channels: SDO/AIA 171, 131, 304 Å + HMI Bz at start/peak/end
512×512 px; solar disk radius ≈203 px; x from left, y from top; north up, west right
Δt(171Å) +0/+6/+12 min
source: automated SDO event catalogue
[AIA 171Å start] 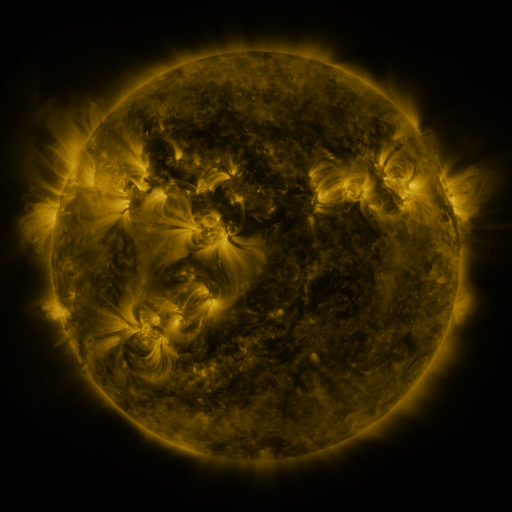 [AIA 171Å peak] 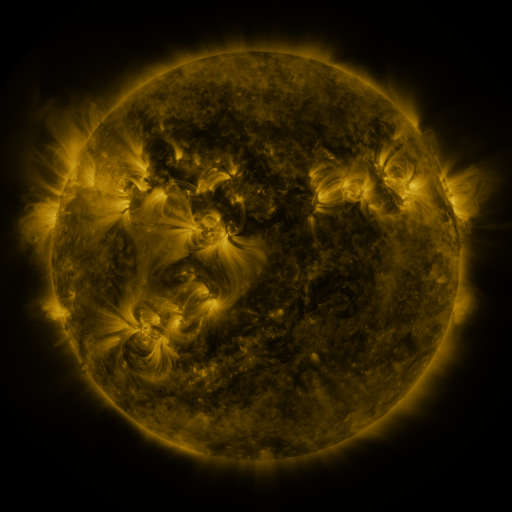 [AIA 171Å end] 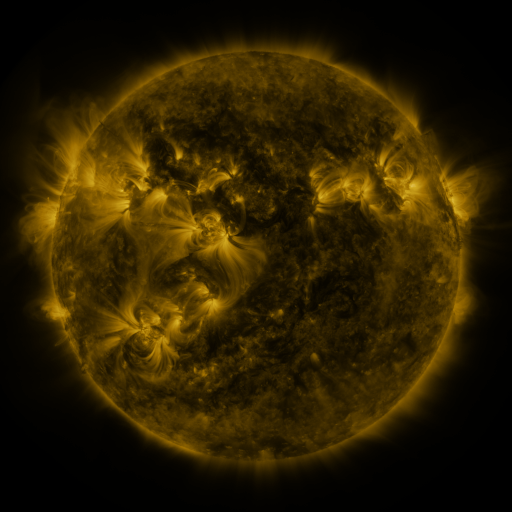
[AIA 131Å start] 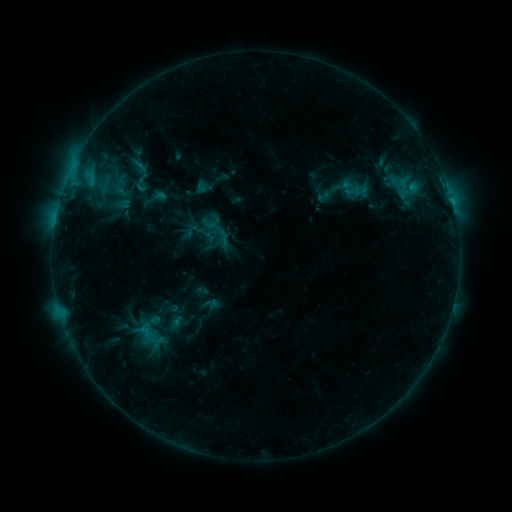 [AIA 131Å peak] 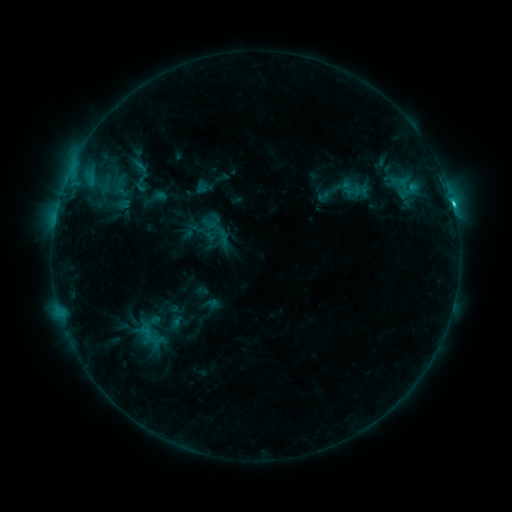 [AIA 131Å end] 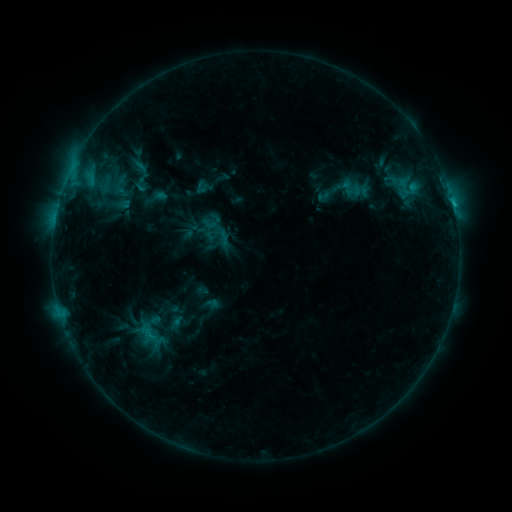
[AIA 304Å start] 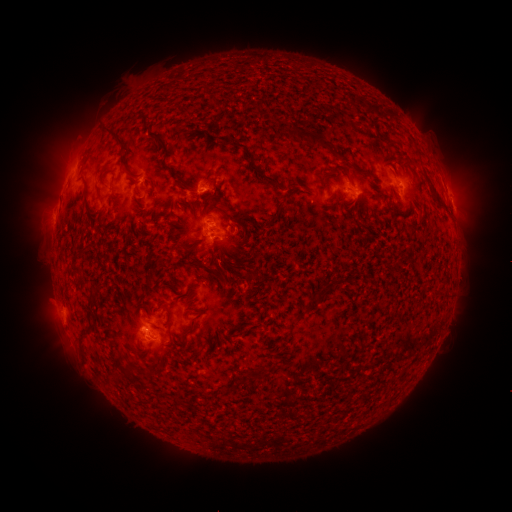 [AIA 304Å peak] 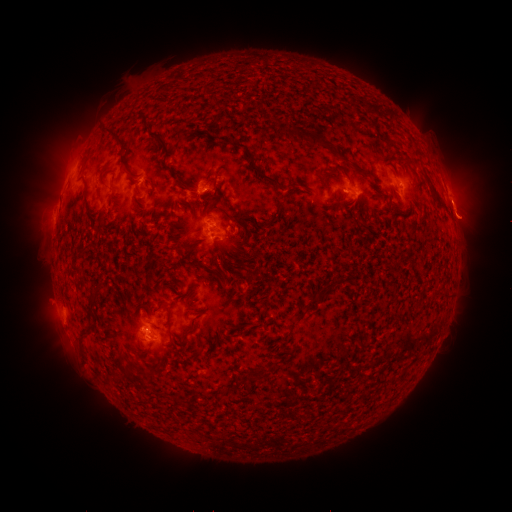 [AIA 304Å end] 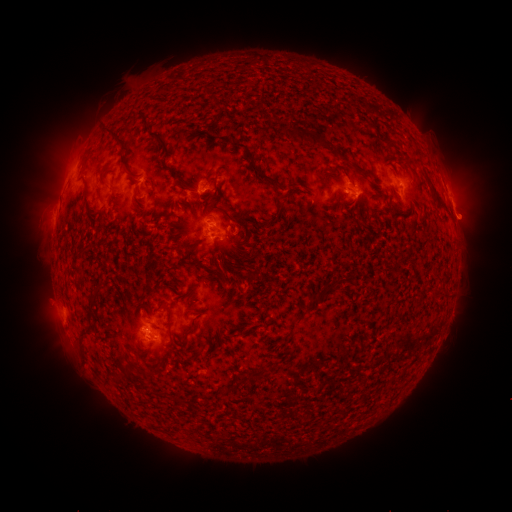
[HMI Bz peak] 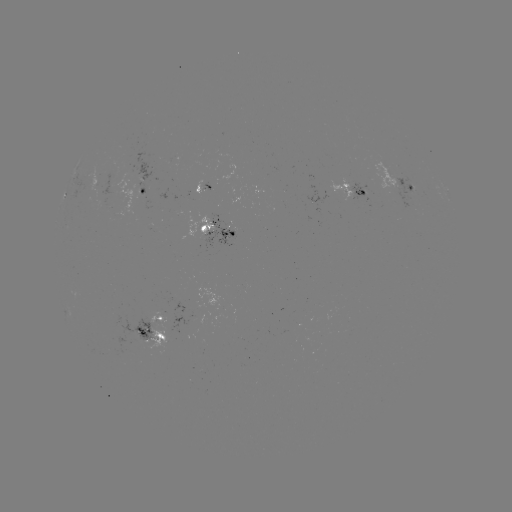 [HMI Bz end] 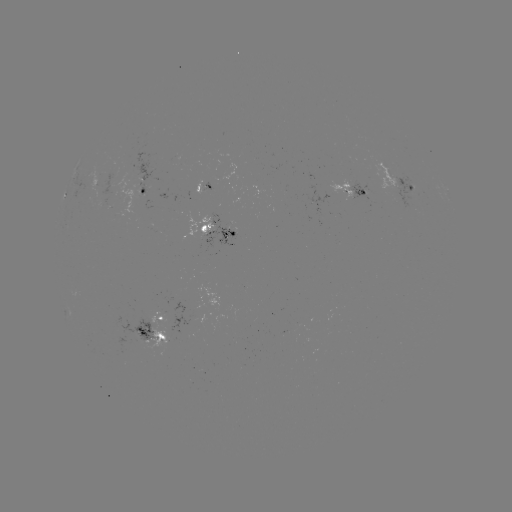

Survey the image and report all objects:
C1.7 flare: (453, 206)
